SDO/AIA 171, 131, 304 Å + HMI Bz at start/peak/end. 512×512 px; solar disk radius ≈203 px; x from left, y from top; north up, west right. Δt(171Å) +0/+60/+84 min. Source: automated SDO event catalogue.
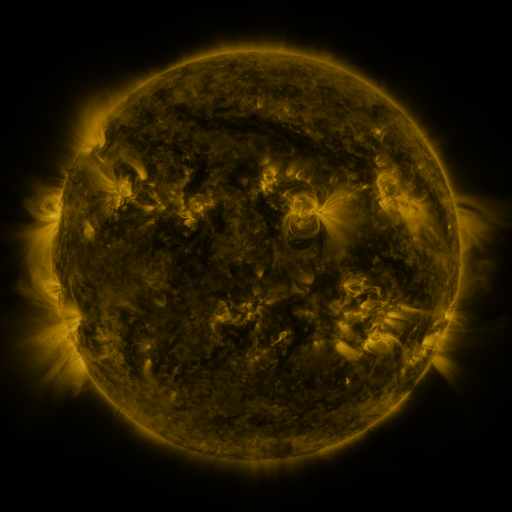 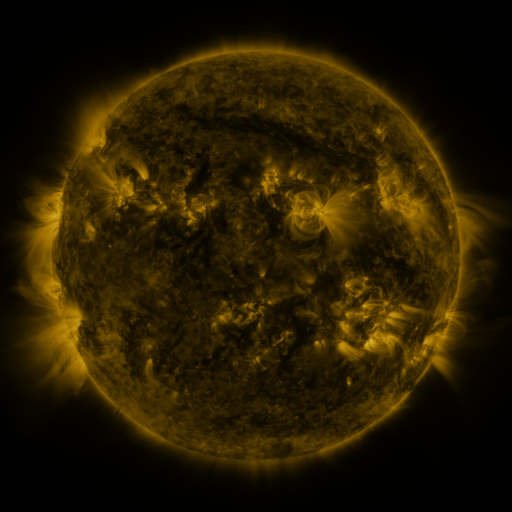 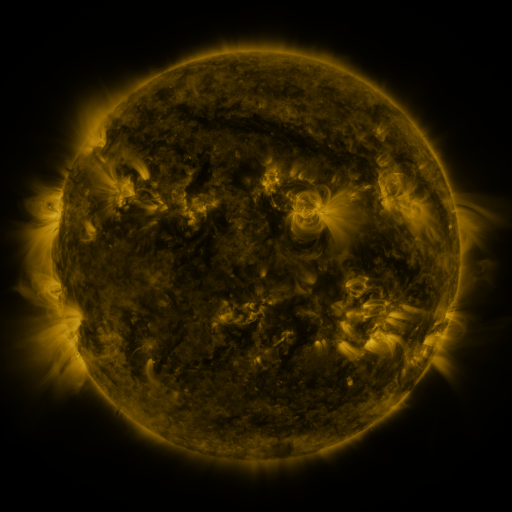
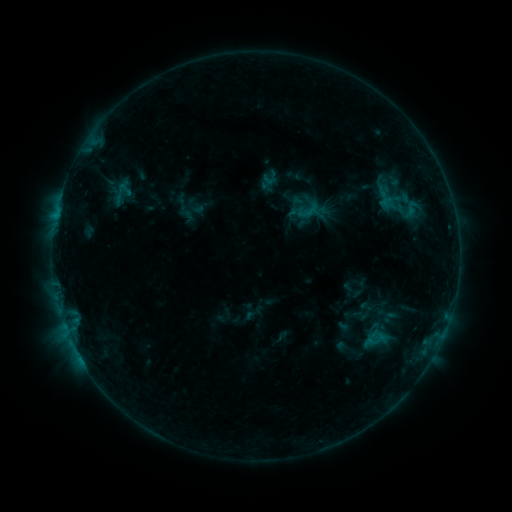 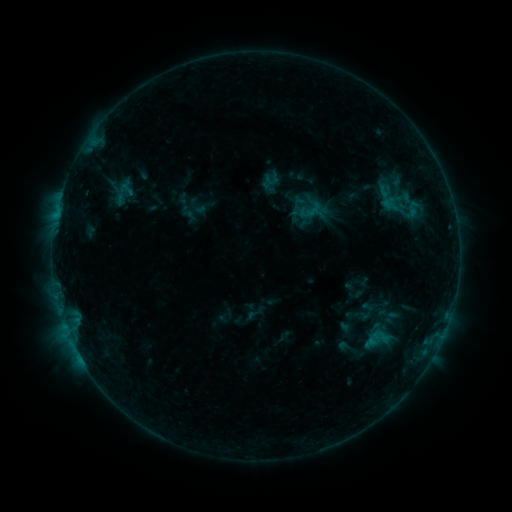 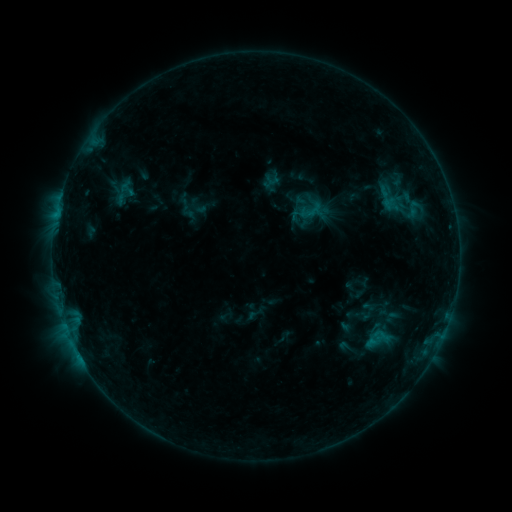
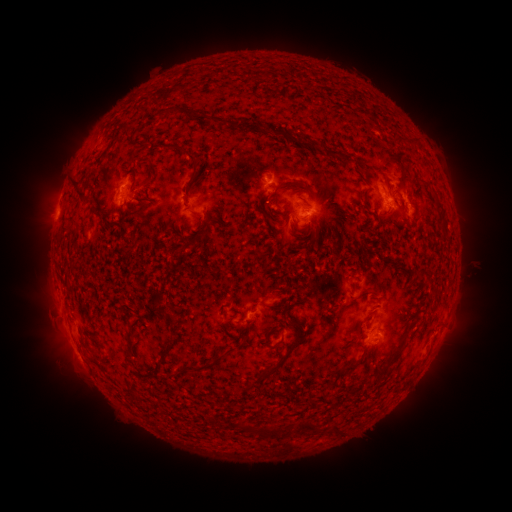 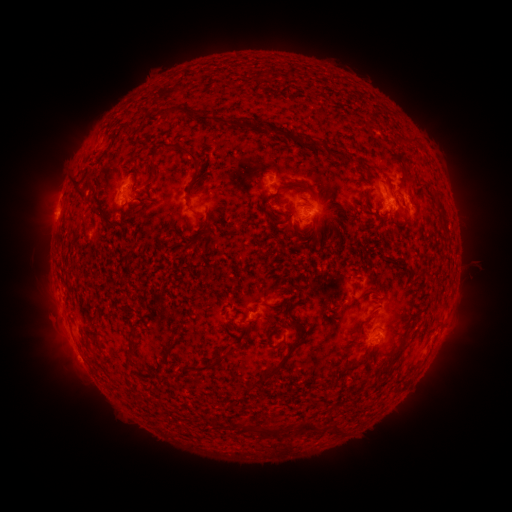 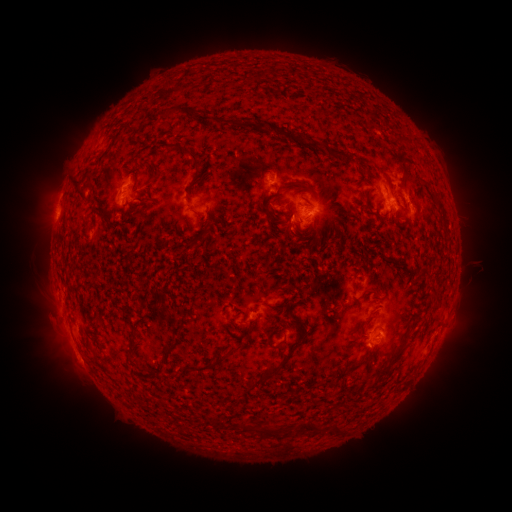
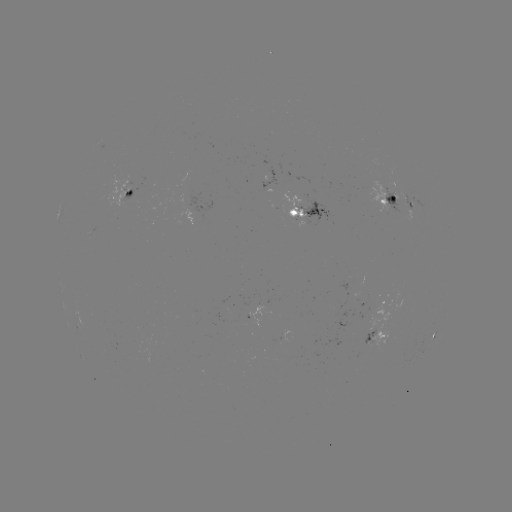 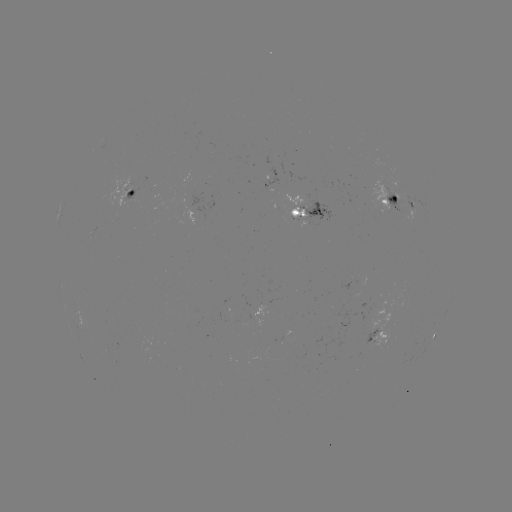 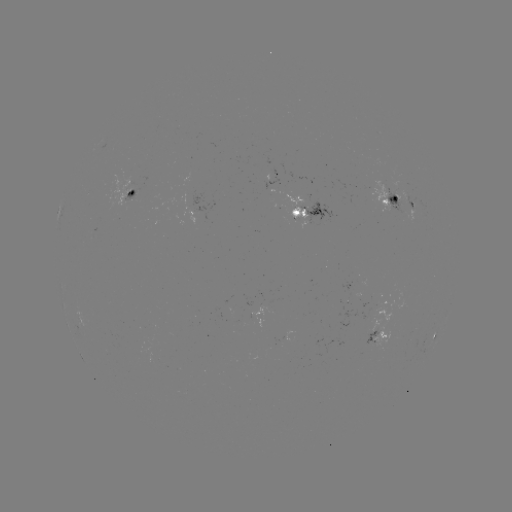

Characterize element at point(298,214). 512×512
emerging-flux region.